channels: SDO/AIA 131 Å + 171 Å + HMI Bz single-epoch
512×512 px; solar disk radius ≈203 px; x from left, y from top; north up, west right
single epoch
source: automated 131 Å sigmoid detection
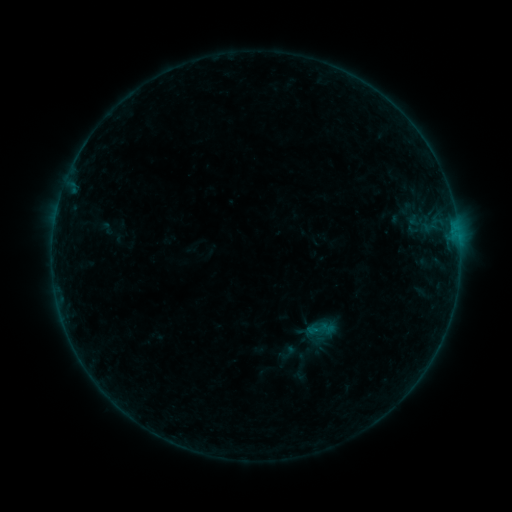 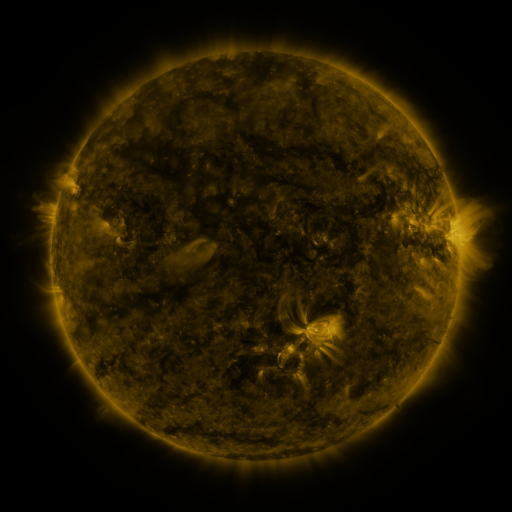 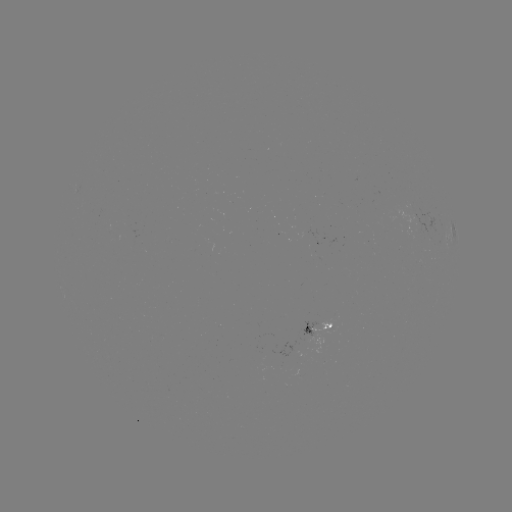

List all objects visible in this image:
sigmoid: (318, 328)
